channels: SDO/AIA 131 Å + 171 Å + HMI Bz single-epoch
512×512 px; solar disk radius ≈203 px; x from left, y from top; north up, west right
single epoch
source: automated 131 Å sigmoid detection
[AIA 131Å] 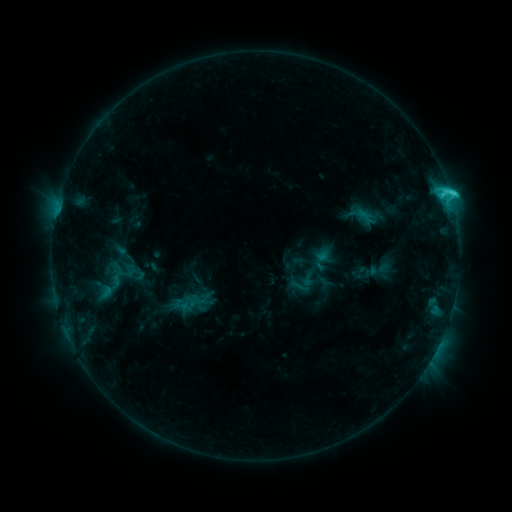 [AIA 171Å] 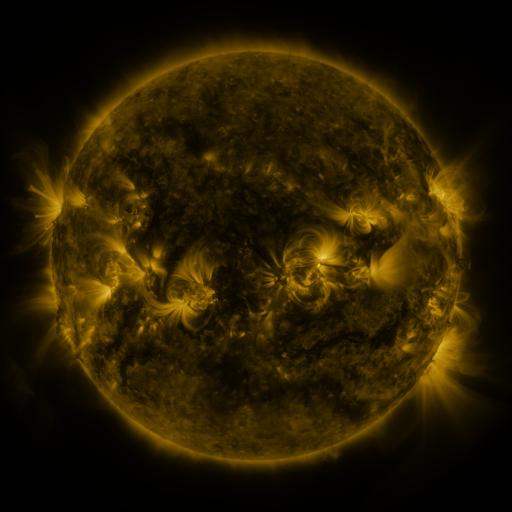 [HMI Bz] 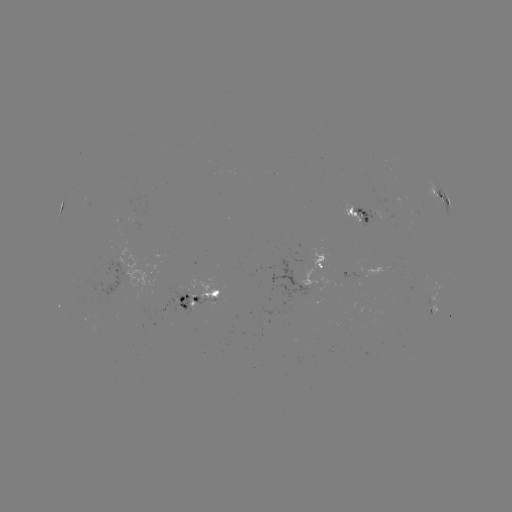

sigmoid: <bbox>355, 206, 376, 228</bbox>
